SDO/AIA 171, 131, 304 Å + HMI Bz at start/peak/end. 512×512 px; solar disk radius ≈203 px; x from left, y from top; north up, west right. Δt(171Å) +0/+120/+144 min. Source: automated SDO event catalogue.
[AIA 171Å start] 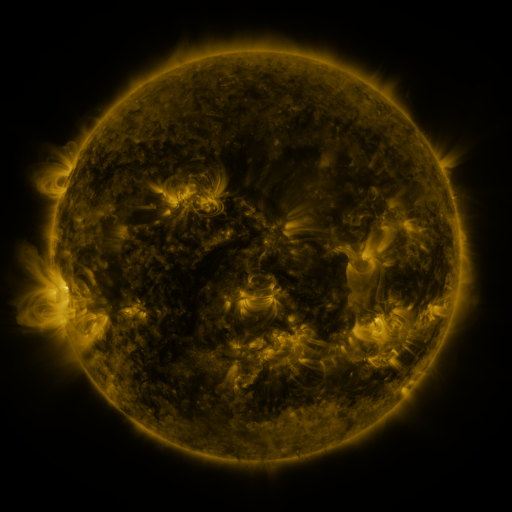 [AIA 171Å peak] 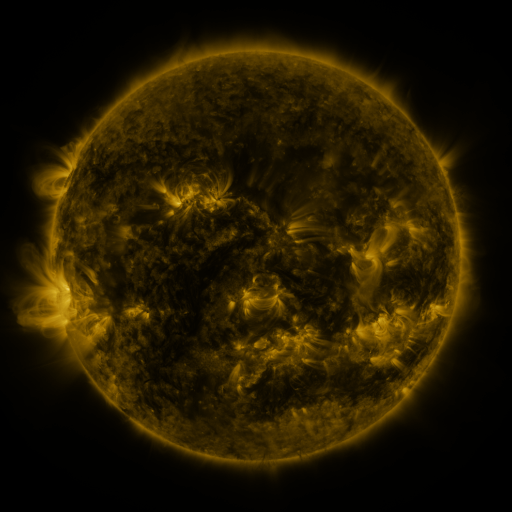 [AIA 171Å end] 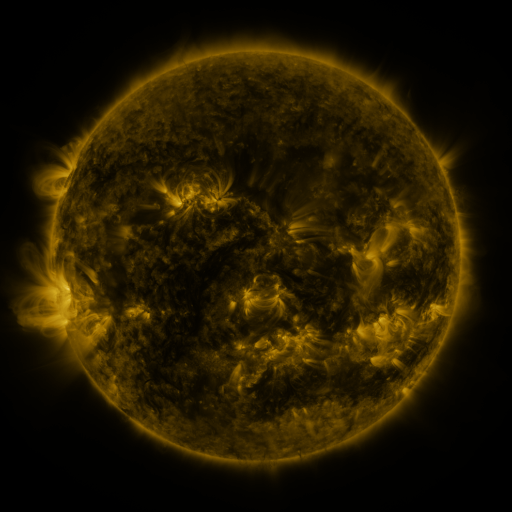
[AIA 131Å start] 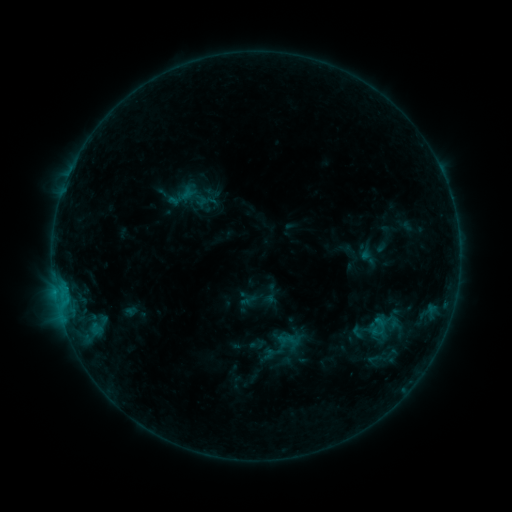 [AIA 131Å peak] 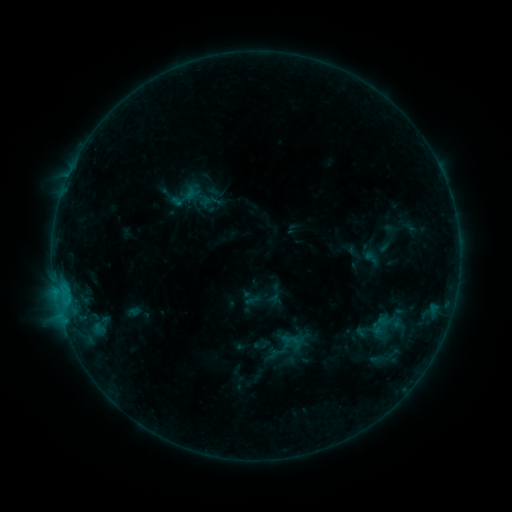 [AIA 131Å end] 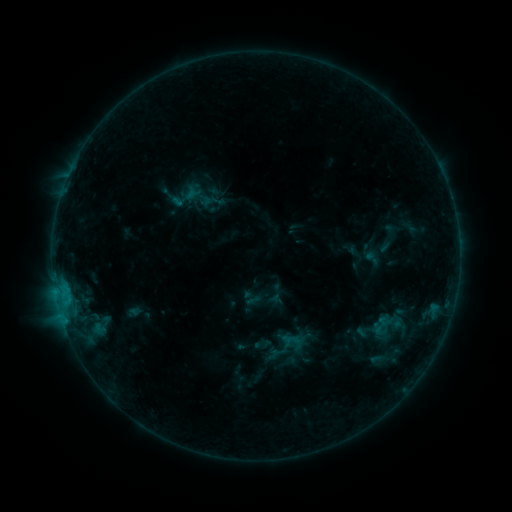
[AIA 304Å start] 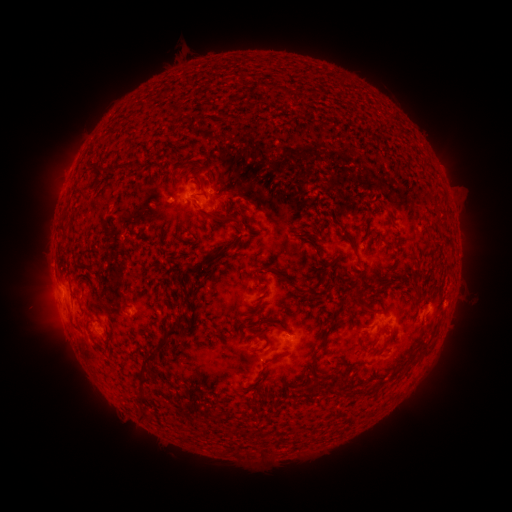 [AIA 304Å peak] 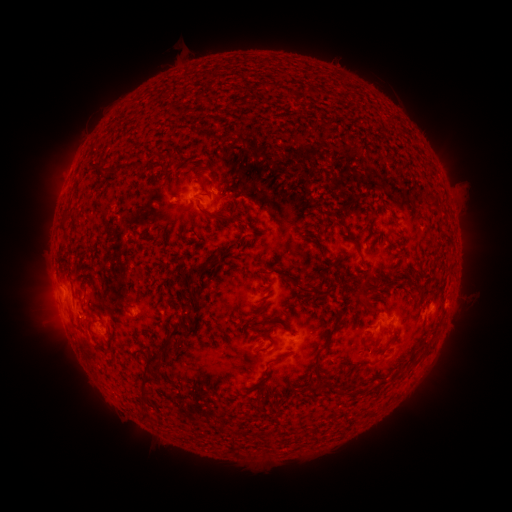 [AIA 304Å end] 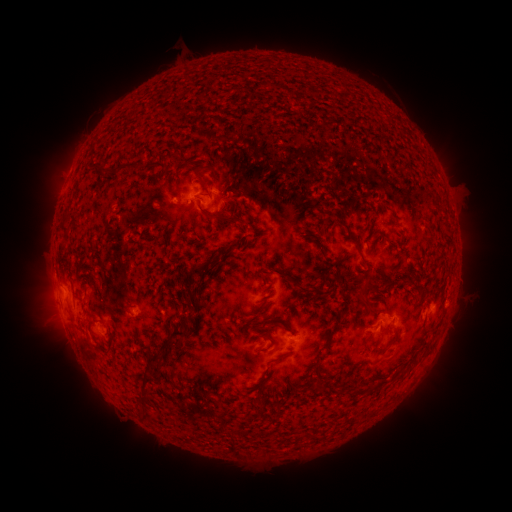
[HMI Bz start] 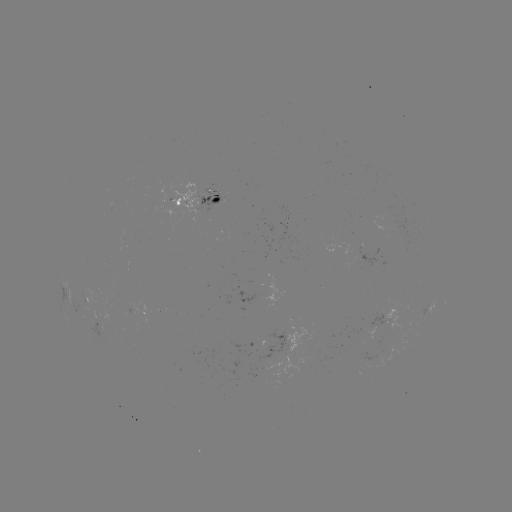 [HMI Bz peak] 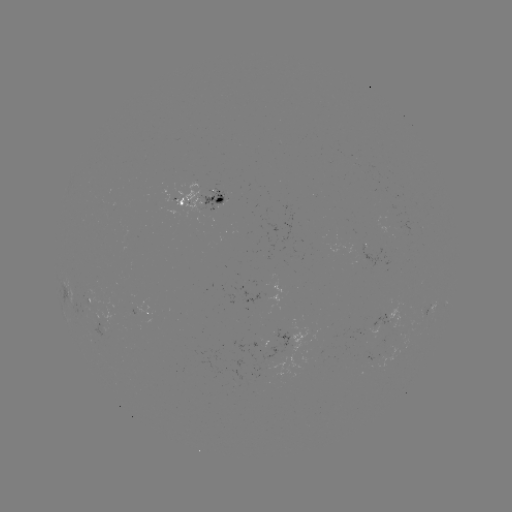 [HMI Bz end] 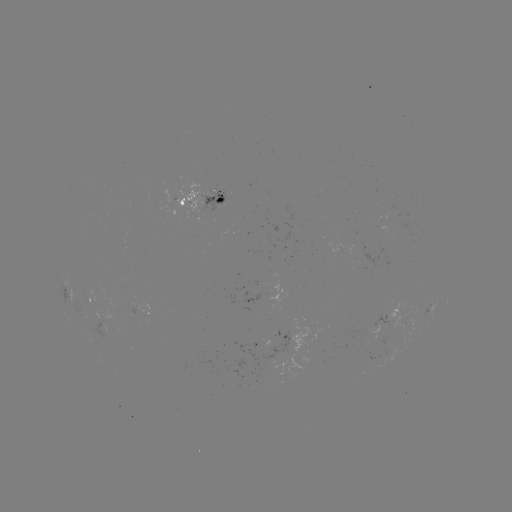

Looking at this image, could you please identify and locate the emerging-flux region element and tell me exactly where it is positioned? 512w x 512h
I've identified emerging-flux region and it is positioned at (103, 327).